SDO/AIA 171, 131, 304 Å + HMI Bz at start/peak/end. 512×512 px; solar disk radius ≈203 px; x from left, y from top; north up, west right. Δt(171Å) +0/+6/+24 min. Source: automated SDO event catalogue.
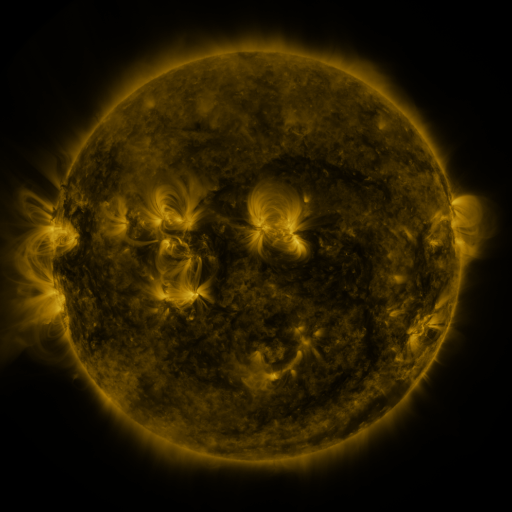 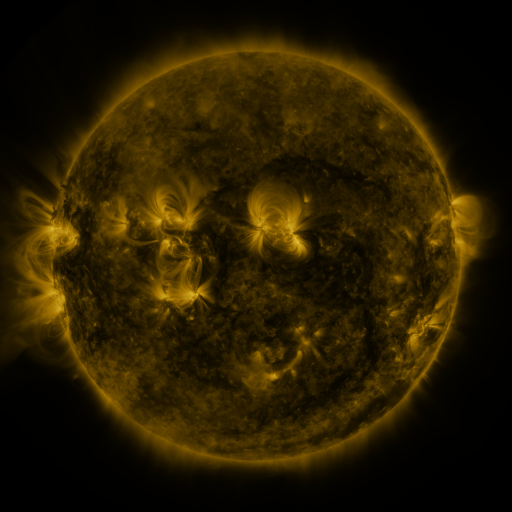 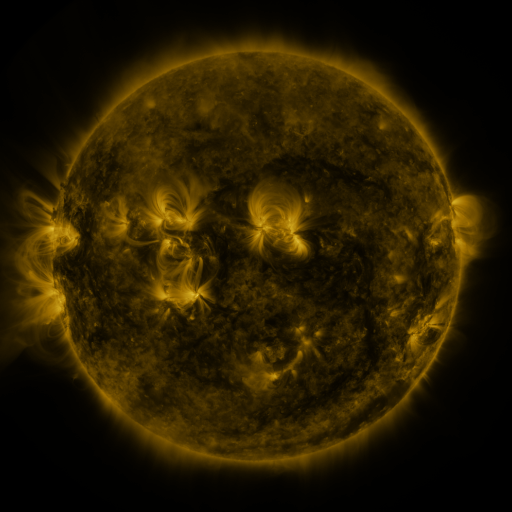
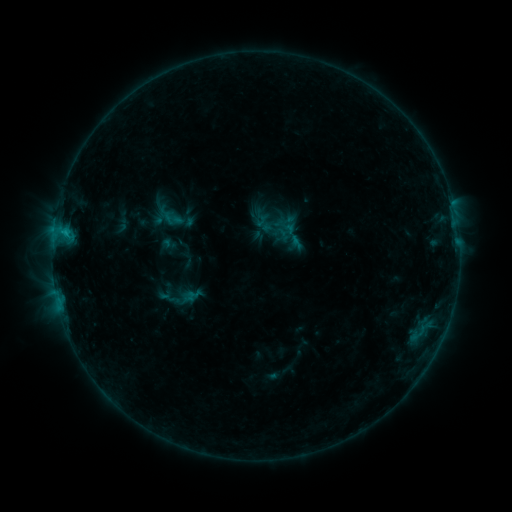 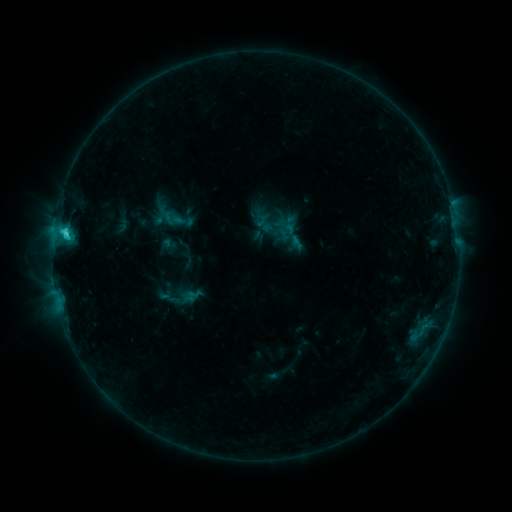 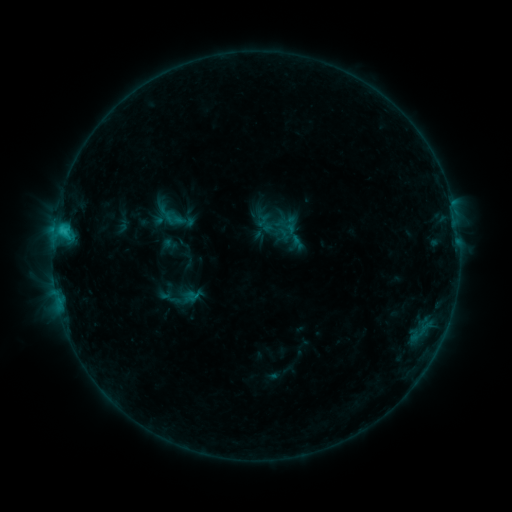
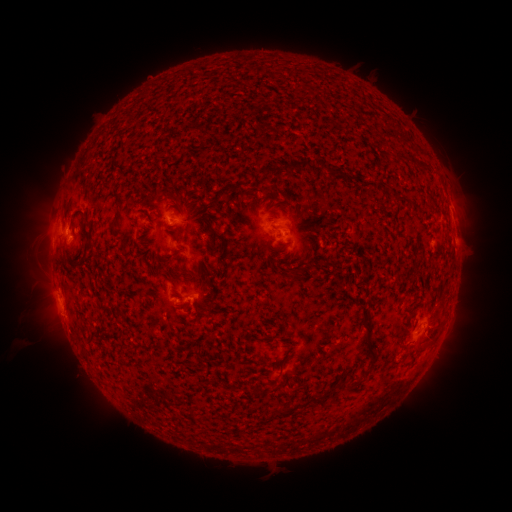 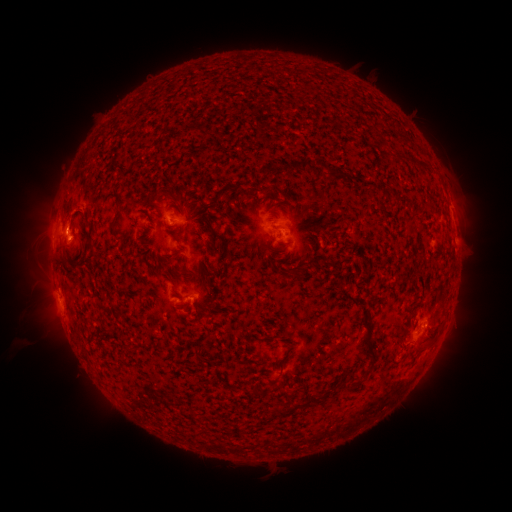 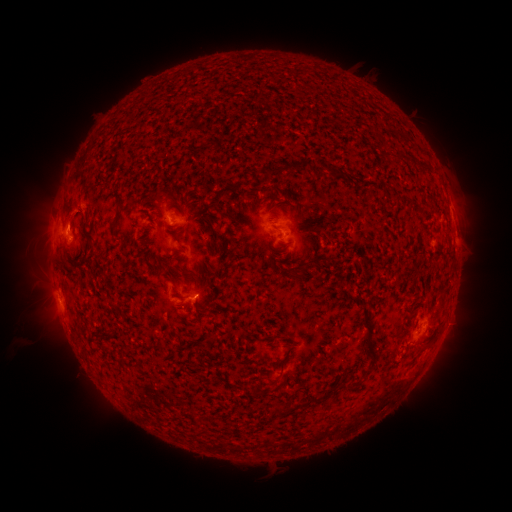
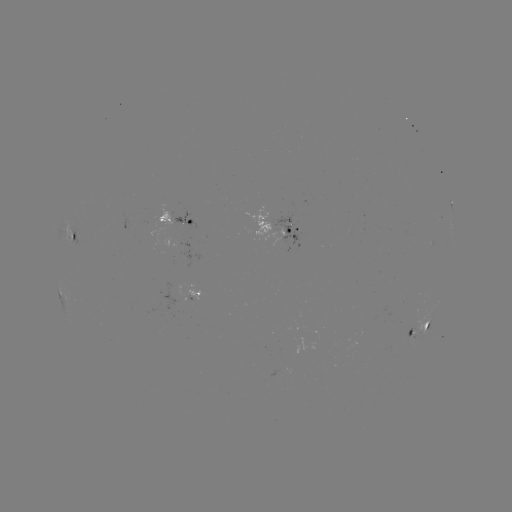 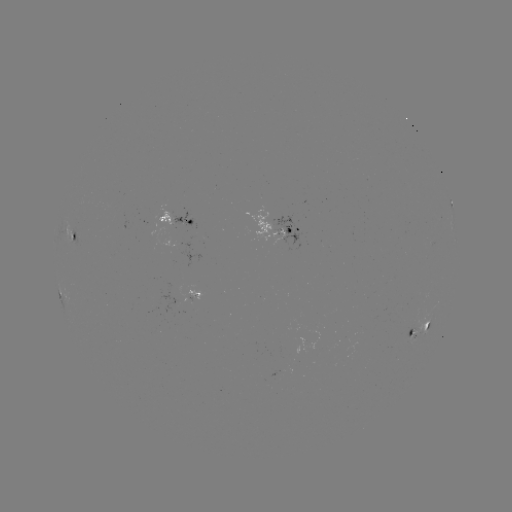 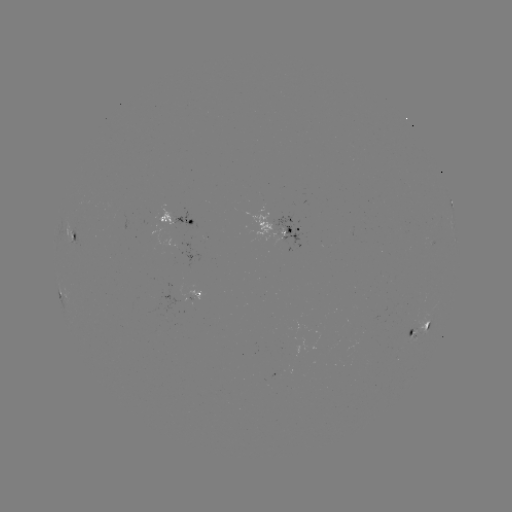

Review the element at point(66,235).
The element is C1.8 flare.